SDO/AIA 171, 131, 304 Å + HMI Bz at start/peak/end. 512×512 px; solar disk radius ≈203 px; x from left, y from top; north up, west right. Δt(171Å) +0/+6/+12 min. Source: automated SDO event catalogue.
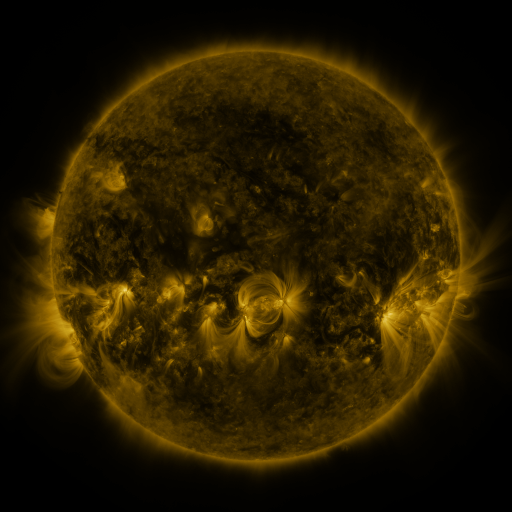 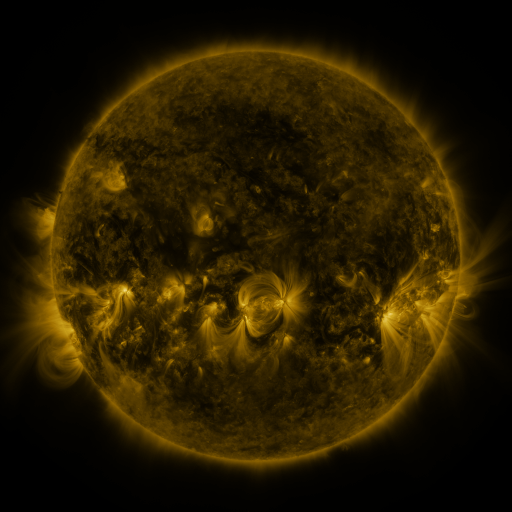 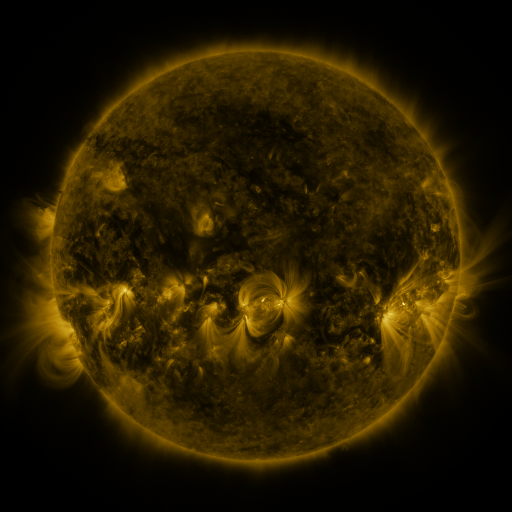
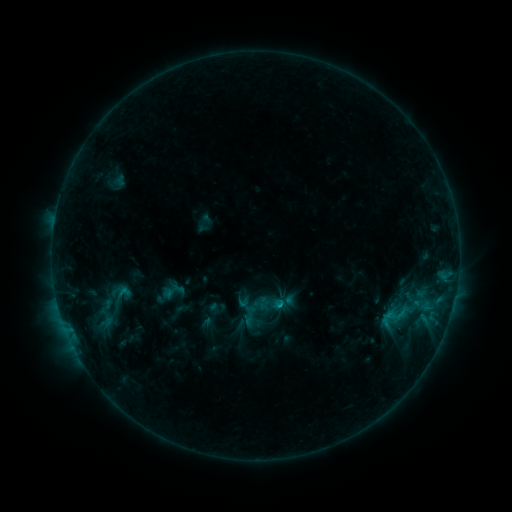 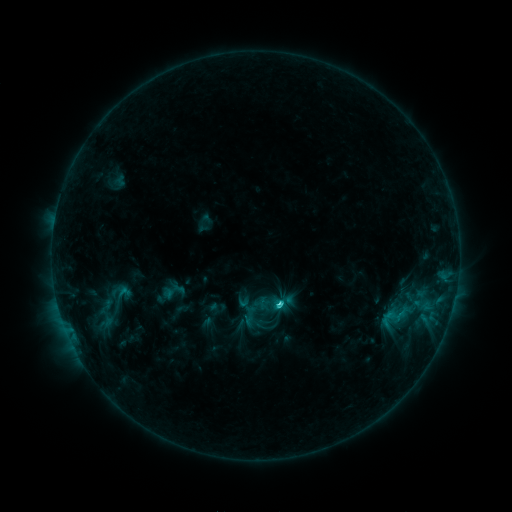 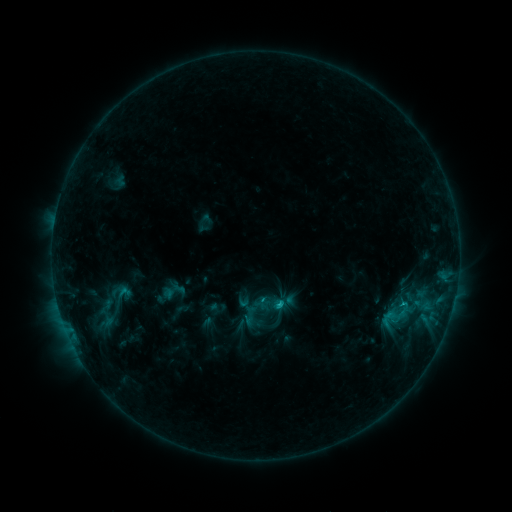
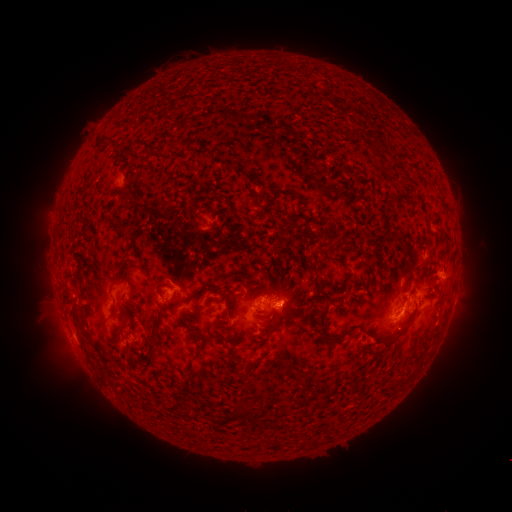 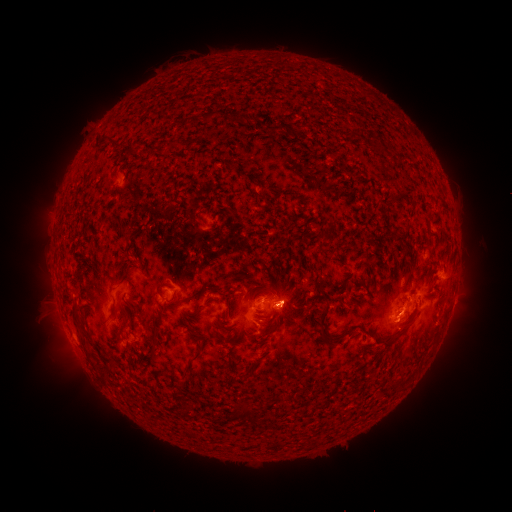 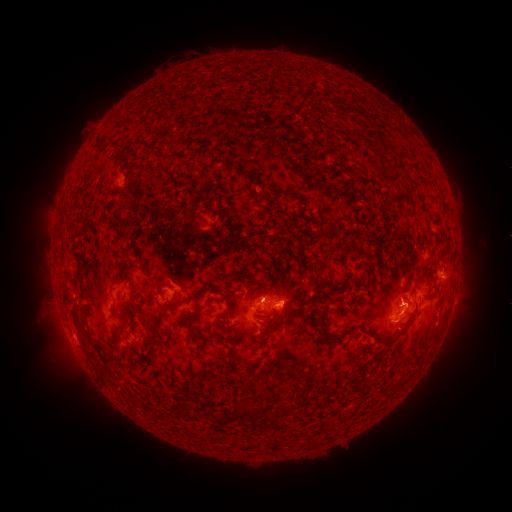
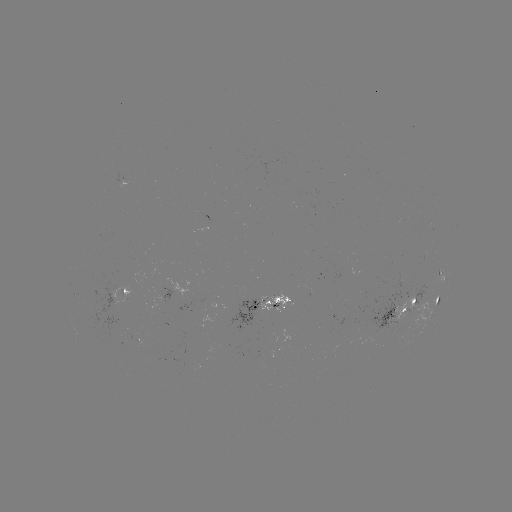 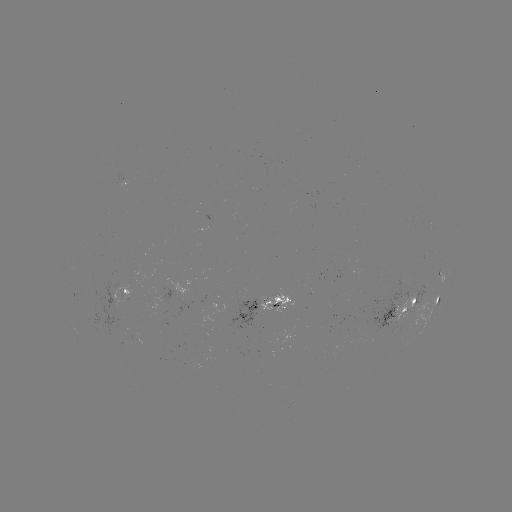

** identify C1.9 flare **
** [276, 302] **